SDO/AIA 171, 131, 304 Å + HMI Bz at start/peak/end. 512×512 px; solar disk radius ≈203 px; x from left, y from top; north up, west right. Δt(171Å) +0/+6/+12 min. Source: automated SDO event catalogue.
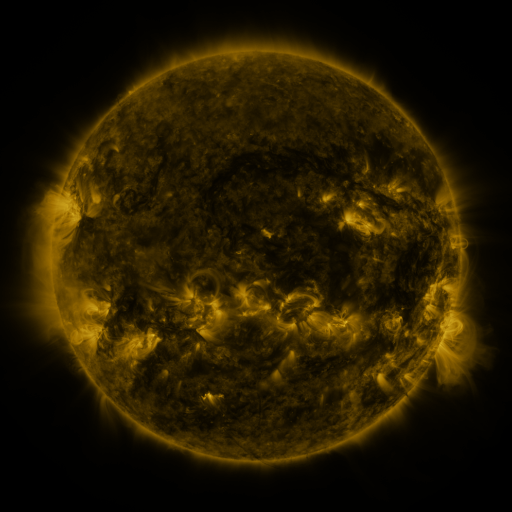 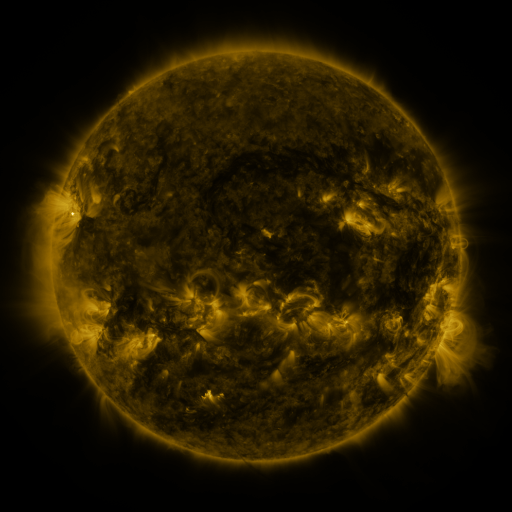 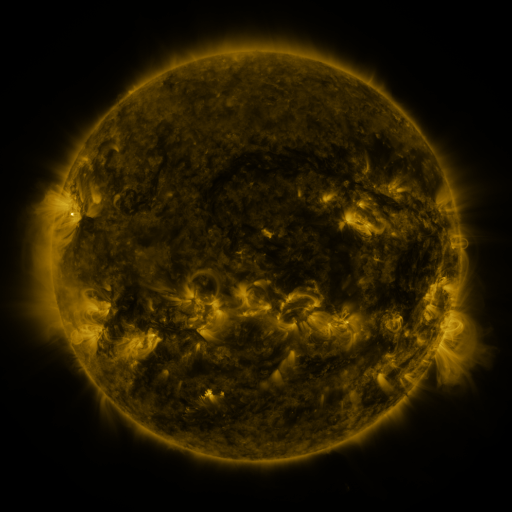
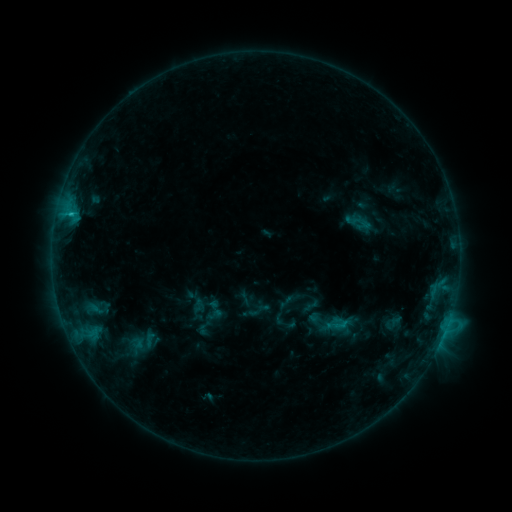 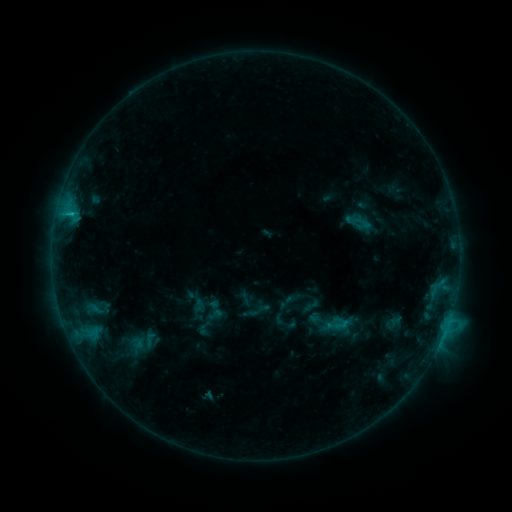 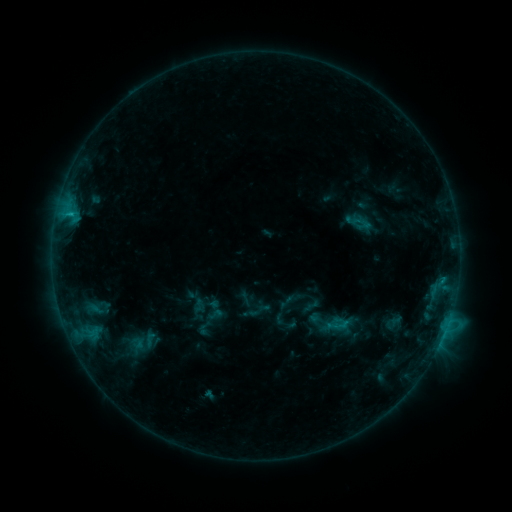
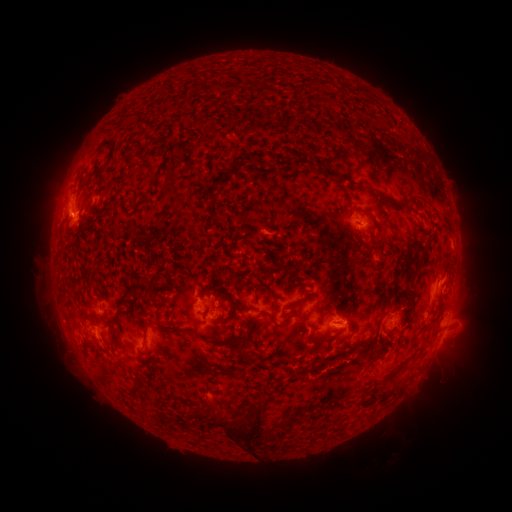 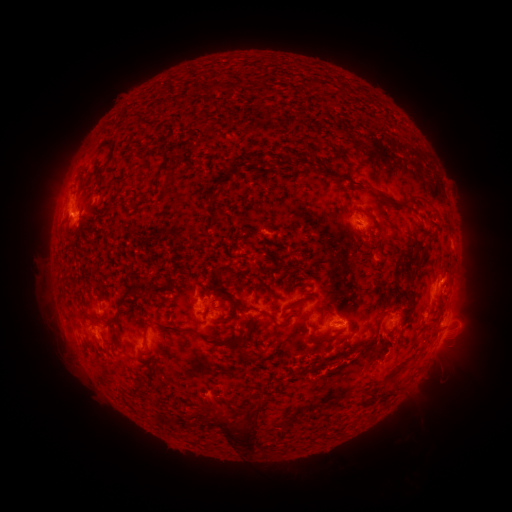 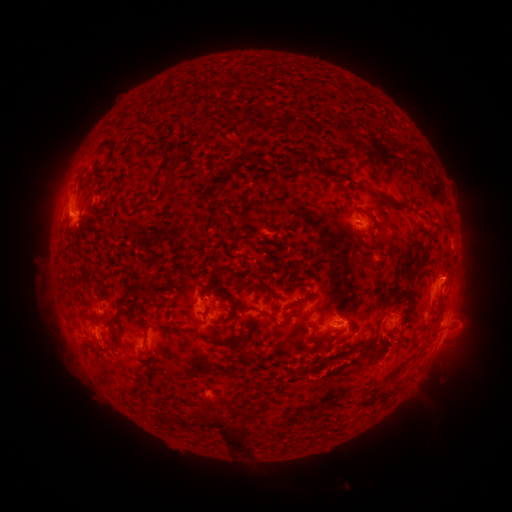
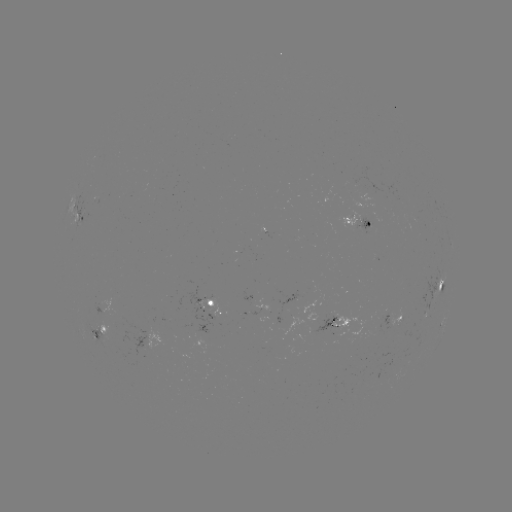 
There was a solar eruption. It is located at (455, 274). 